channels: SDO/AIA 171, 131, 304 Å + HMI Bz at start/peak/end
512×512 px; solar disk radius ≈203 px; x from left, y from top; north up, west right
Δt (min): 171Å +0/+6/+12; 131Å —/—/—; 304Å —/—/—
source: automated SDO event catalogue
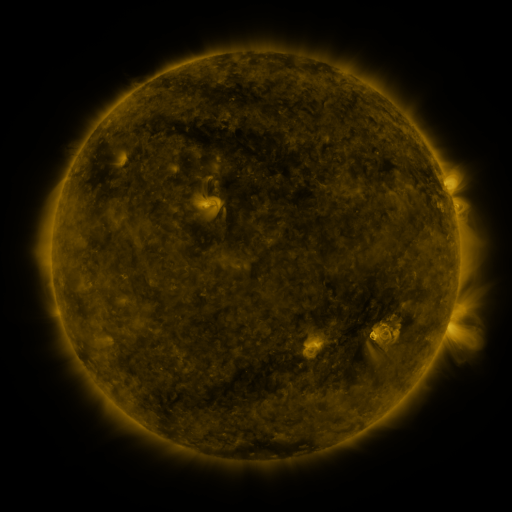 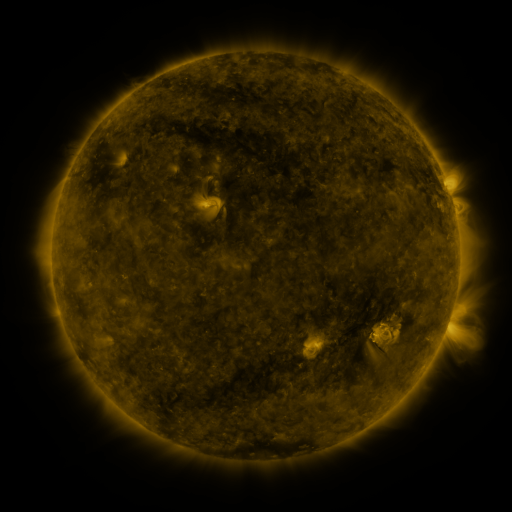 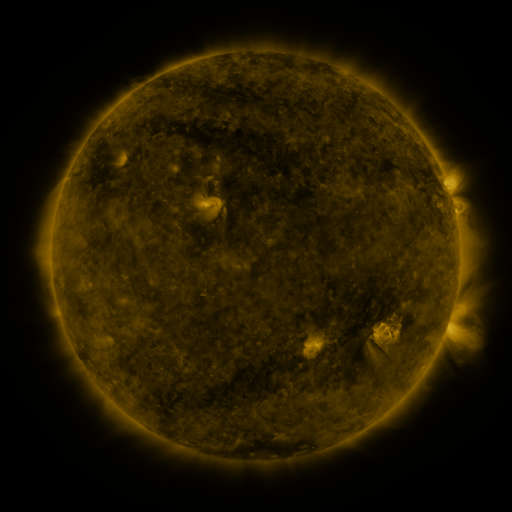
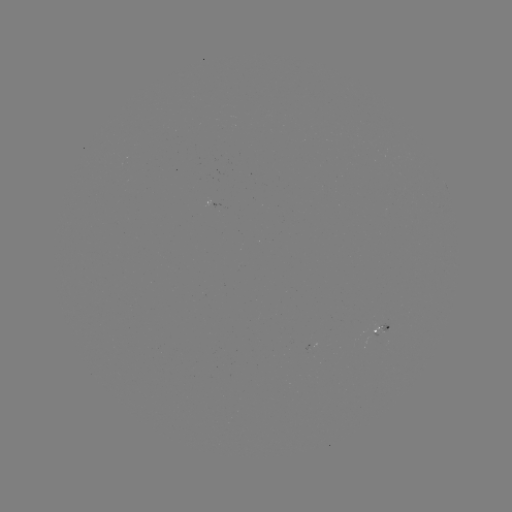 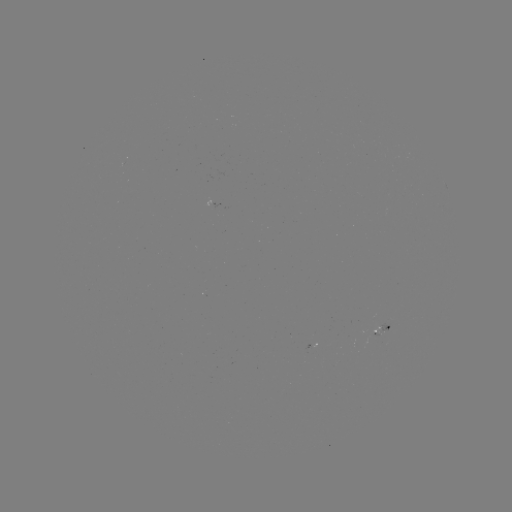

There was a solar flare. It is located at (454, 213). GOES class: B1.4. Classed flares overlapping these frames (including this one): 1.